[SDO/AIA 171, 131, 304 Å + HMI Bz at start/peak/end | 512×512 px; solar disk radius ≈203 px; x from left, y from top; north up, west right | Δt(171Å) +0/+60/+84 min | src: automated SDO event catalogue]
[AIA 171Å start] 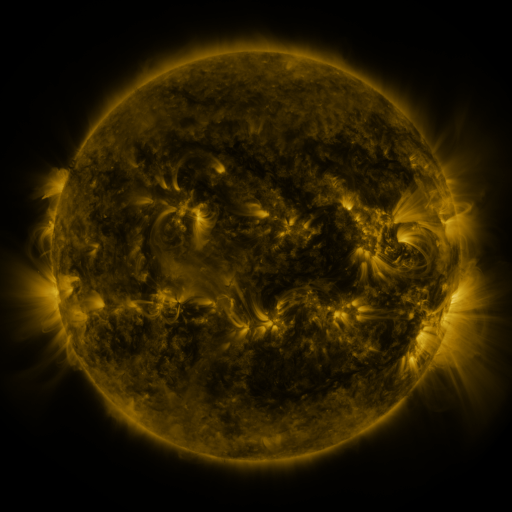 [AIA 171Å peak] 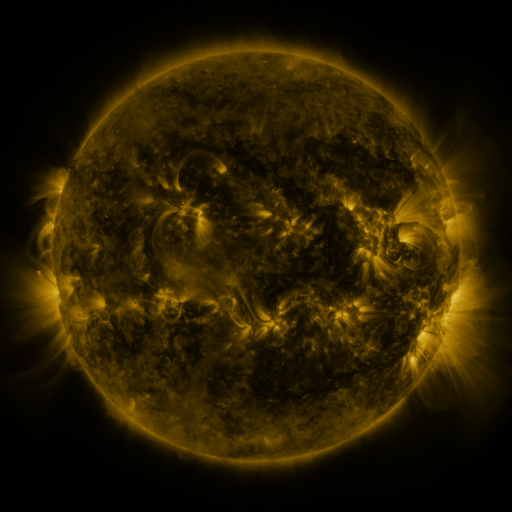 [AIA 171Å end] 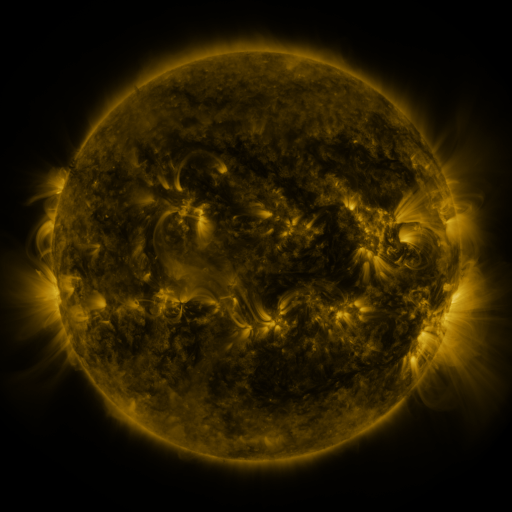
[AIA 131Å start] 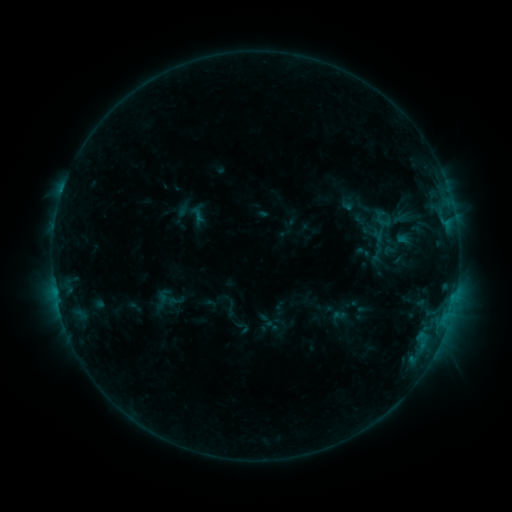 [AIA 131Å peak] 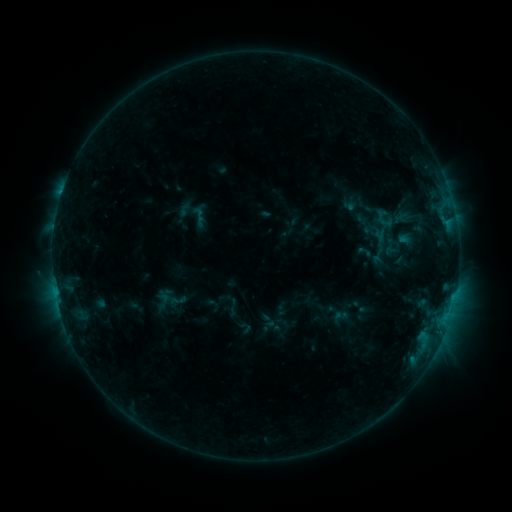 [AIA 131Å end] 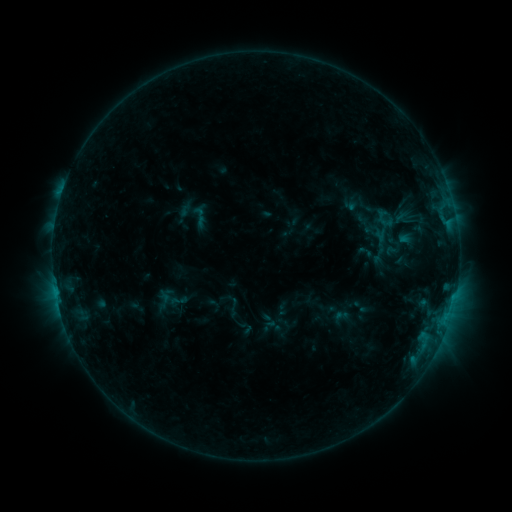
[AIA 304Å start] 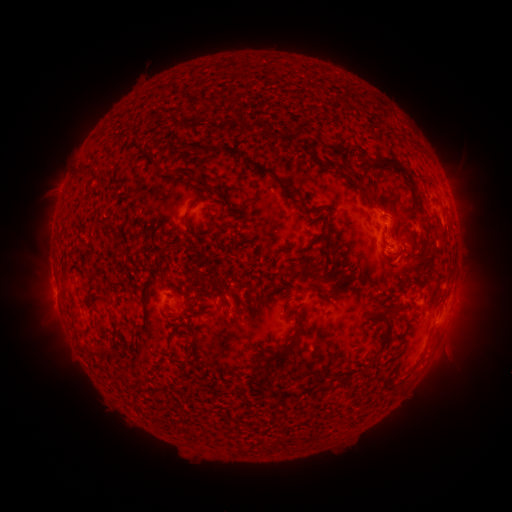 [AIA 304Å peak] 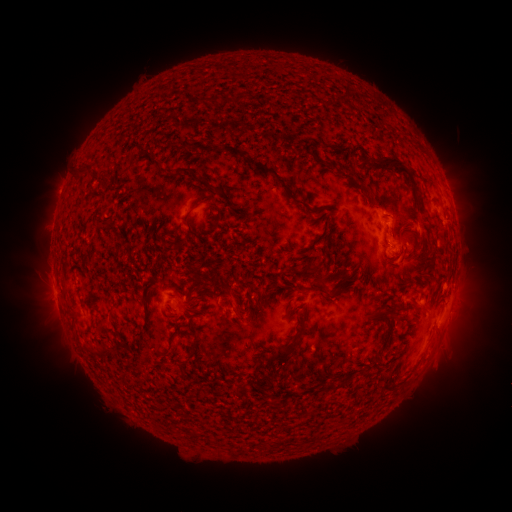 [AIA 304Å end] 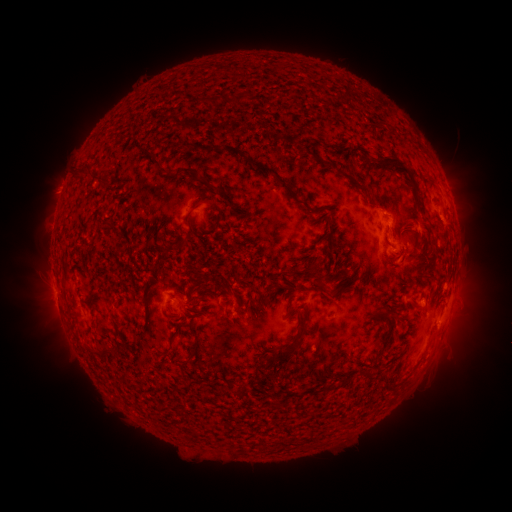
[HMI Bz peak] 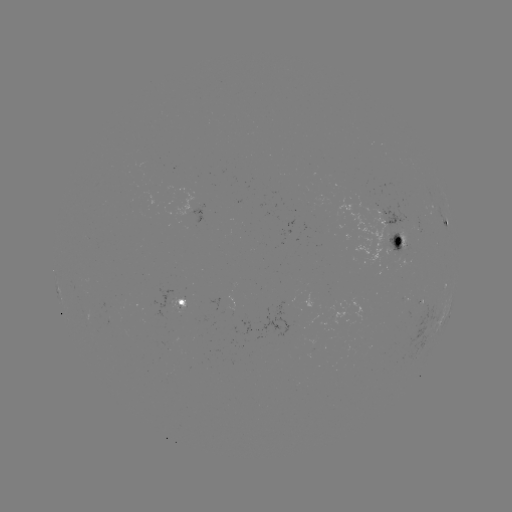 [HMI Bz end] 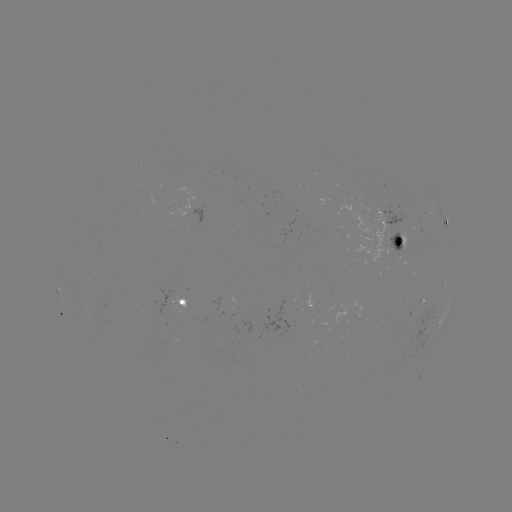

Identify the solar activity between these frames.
emerging-flux region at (385, 218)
